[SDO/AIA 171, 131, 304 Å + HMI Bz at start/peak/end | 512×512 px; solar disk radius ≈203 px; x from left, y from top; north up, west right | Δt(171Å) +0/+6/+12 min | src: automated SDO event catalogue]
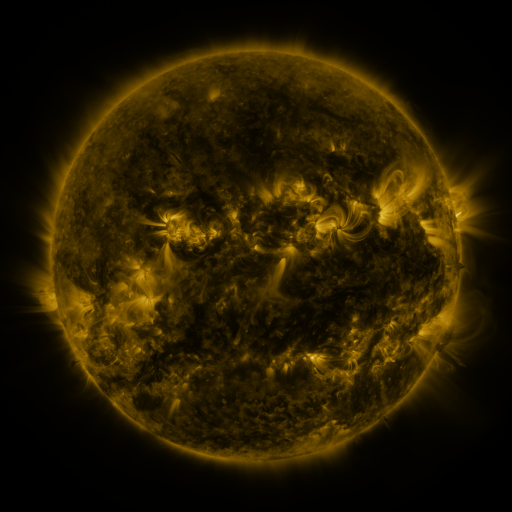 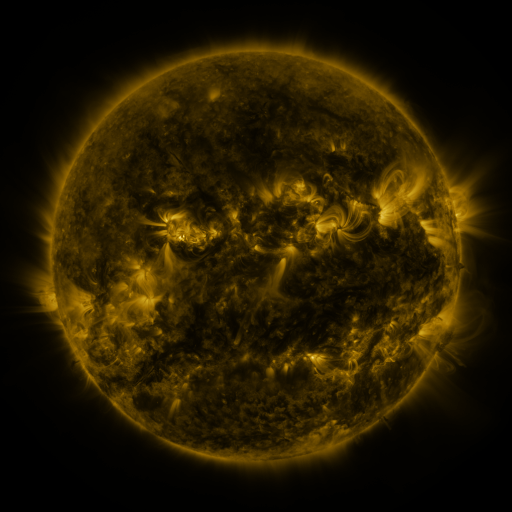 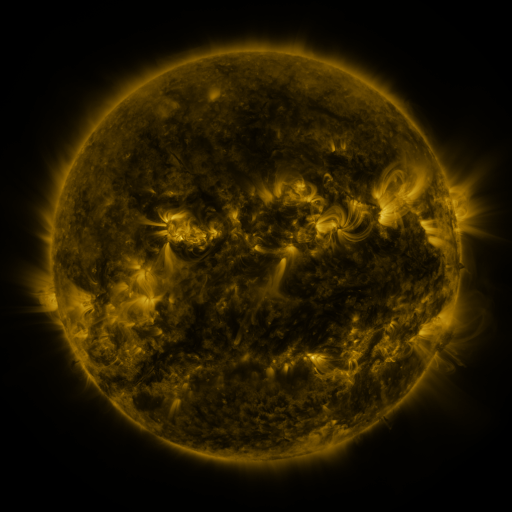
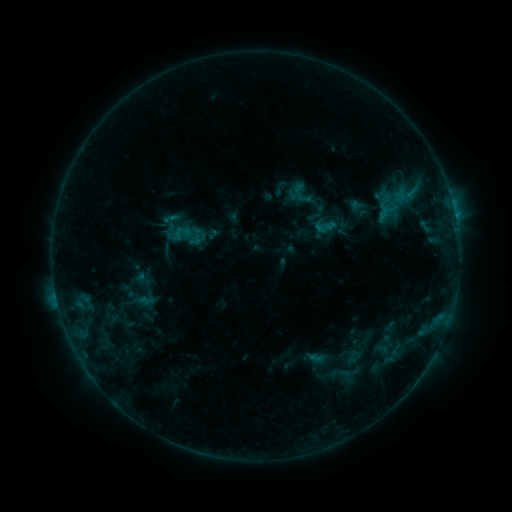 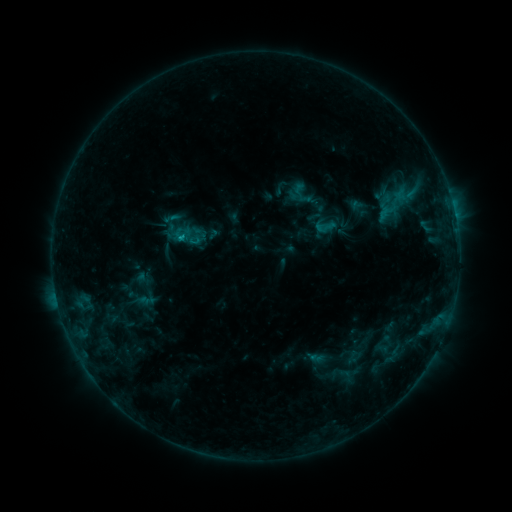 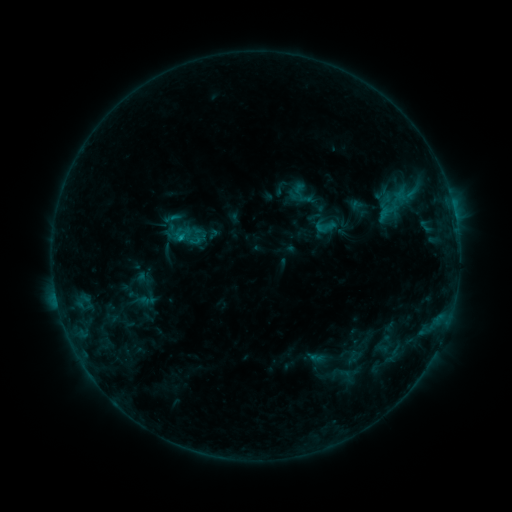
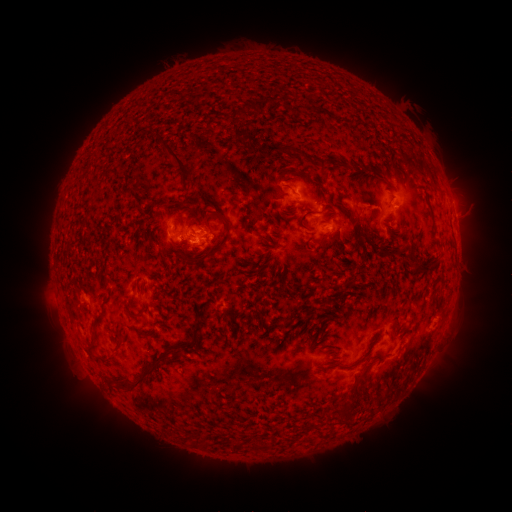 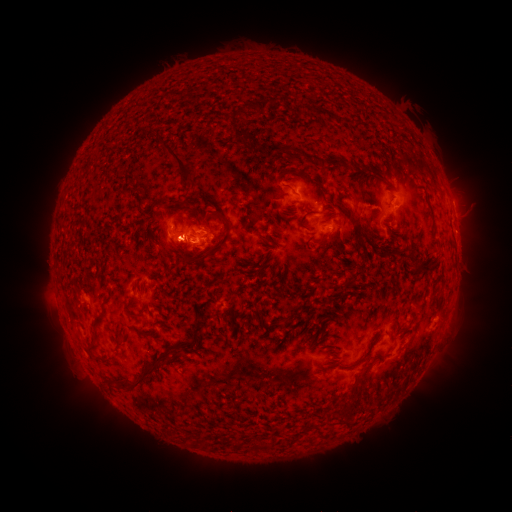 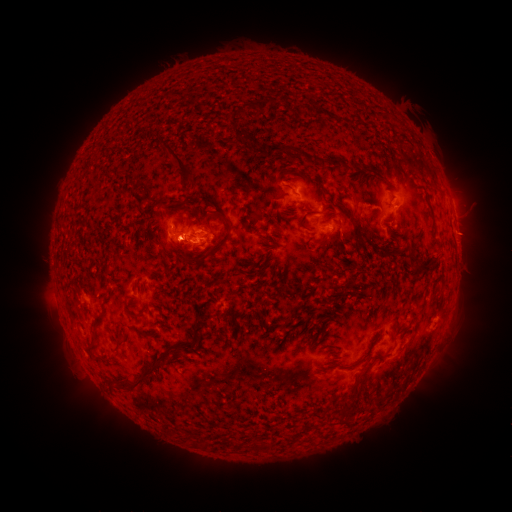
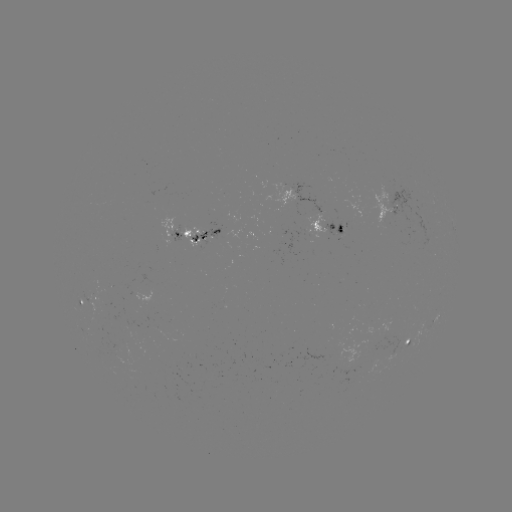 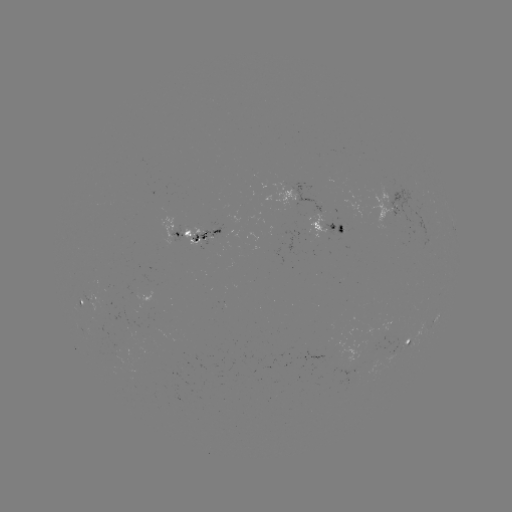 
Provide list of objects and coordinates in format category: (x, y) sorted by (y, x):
eruption: (172, 237)
